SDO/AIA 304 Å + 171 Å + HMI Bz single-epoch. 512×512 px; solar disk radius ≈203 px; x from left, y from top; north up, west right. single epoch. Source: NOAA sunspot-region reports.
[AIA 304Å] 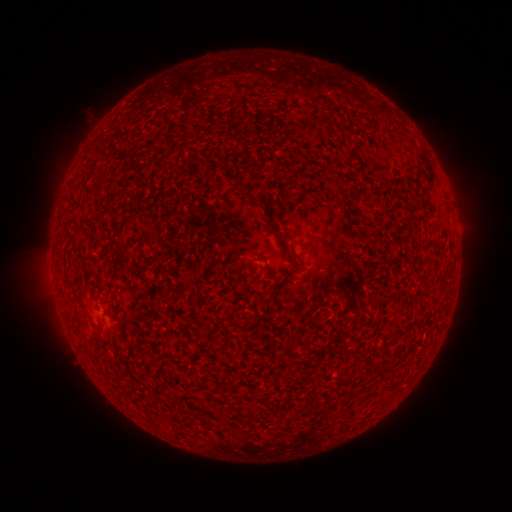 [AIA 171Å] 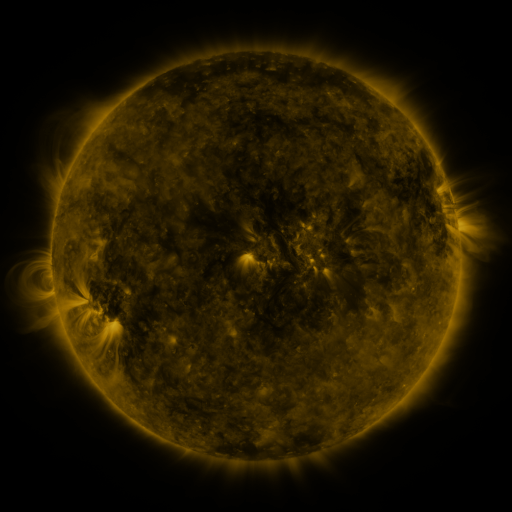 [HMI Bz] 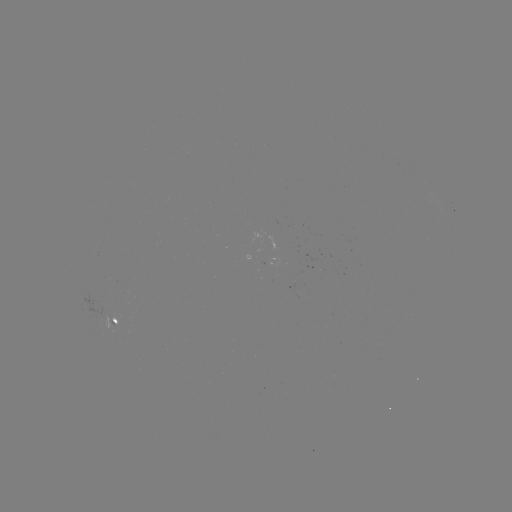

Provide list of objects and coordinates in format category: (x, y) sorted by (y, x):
spotted active region: (457, 230)
spotted active region: (113, 318)
